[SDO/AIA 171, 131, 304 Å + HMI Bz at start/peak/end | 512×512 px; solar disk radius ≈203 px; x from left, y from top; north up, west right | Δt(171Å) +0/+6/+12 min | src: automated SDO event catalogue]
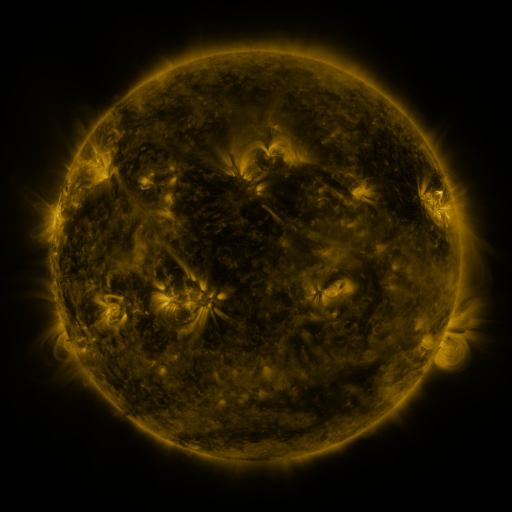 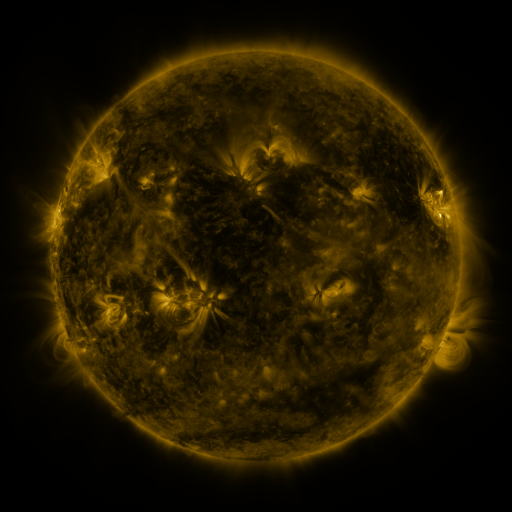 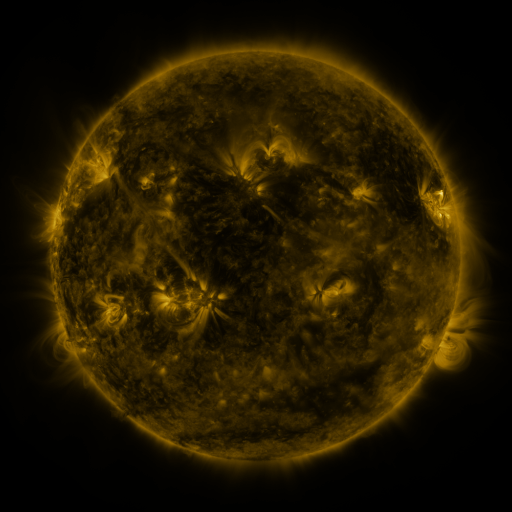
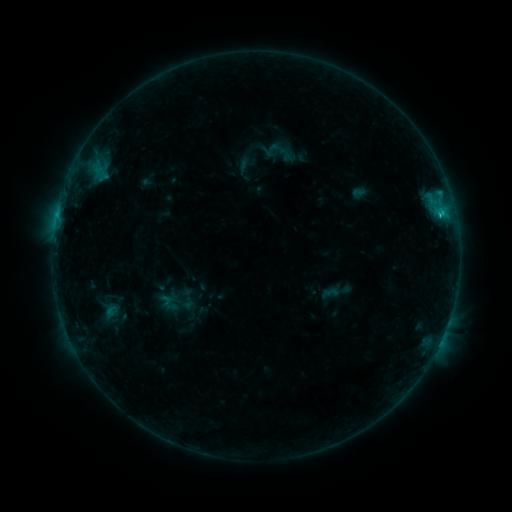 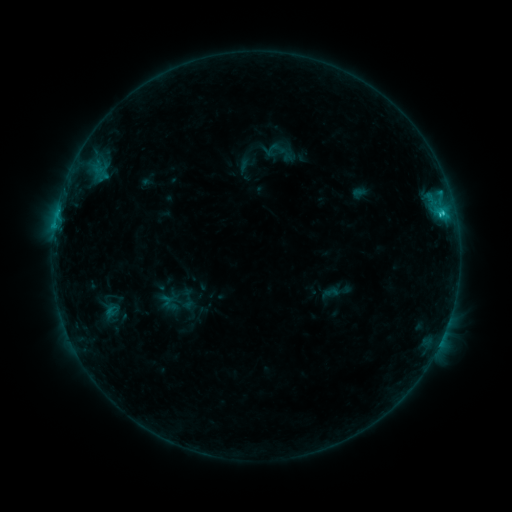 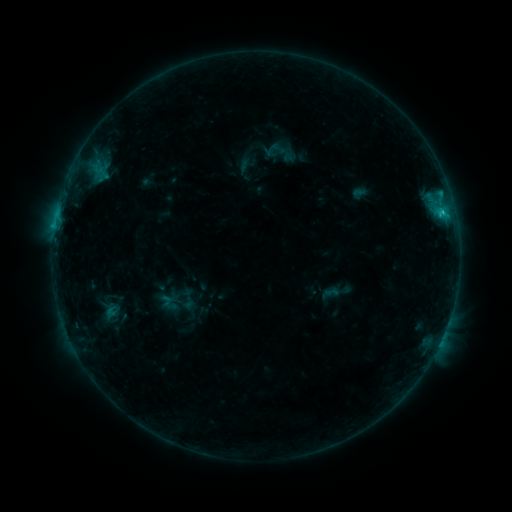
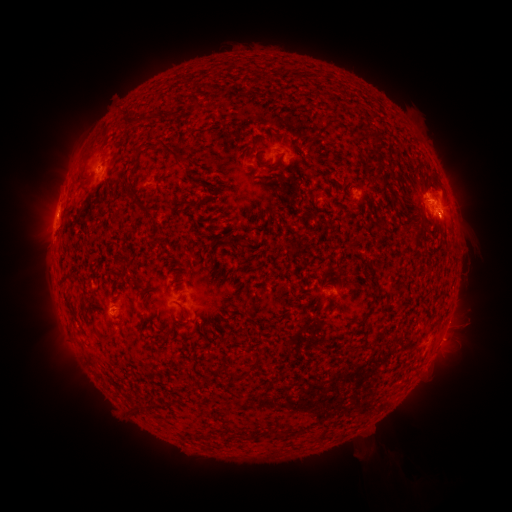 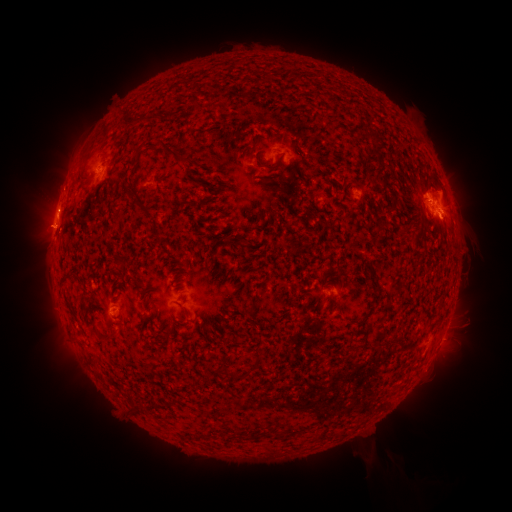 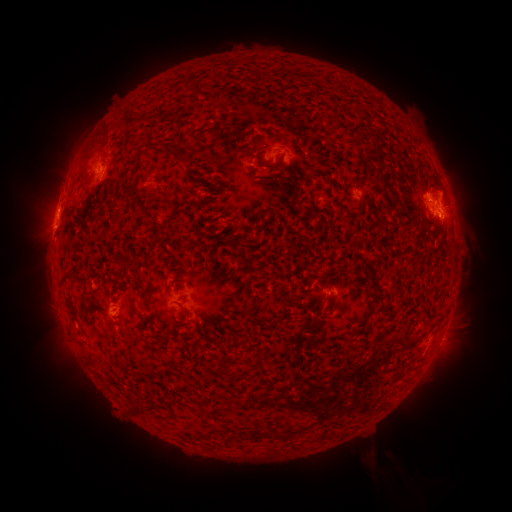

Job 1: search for eruption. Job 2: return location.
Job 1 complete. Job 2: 43,229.